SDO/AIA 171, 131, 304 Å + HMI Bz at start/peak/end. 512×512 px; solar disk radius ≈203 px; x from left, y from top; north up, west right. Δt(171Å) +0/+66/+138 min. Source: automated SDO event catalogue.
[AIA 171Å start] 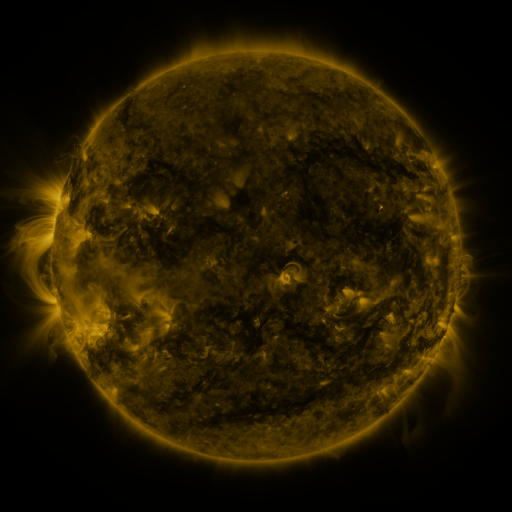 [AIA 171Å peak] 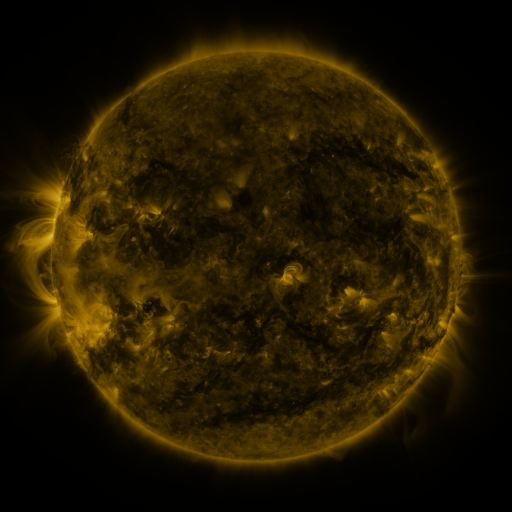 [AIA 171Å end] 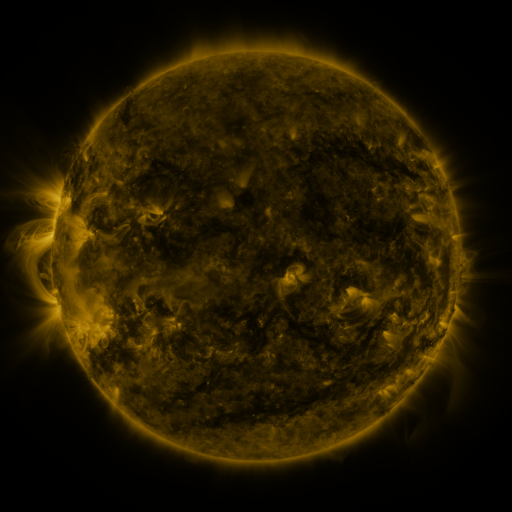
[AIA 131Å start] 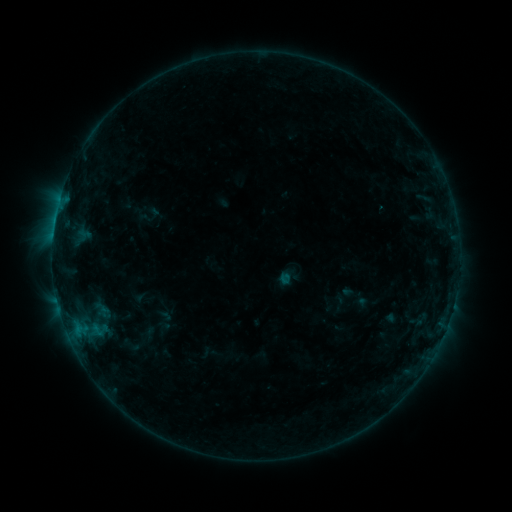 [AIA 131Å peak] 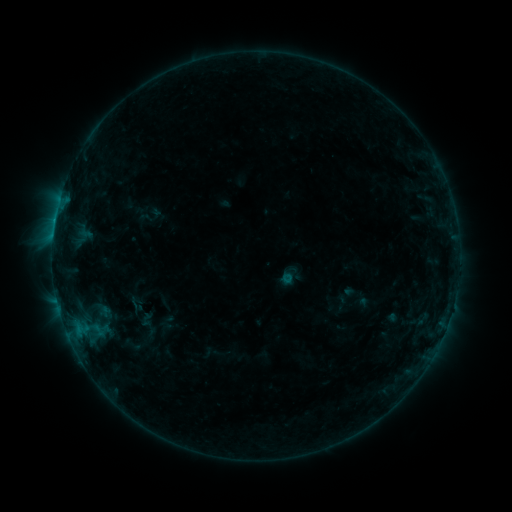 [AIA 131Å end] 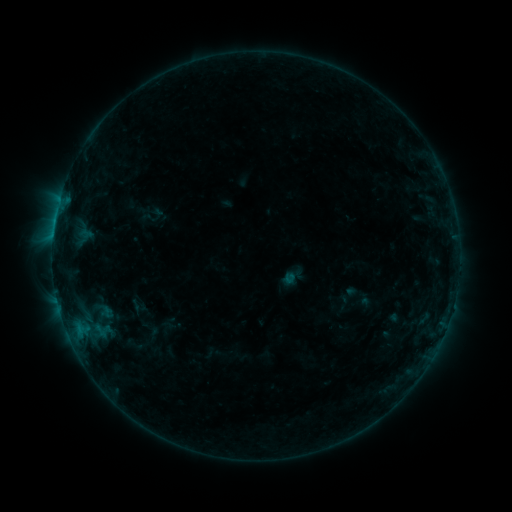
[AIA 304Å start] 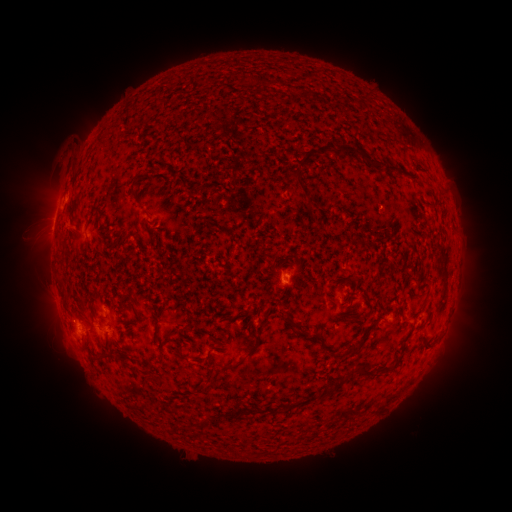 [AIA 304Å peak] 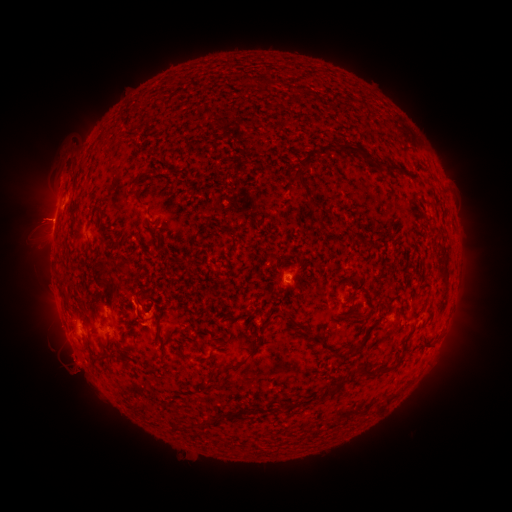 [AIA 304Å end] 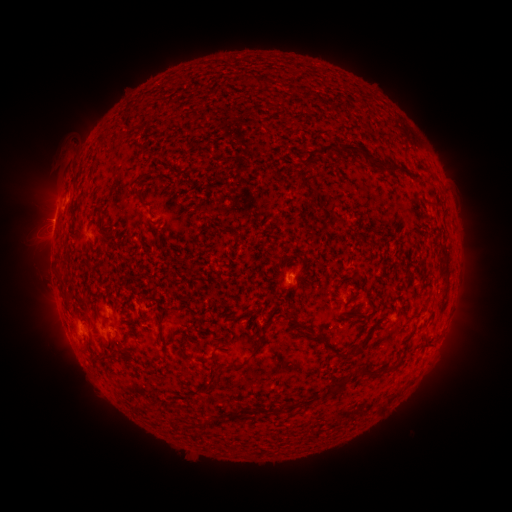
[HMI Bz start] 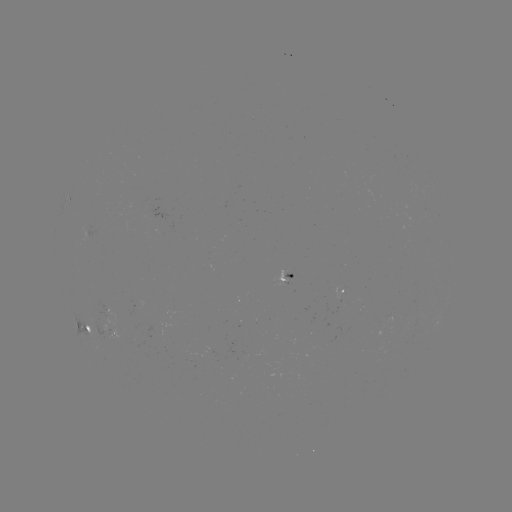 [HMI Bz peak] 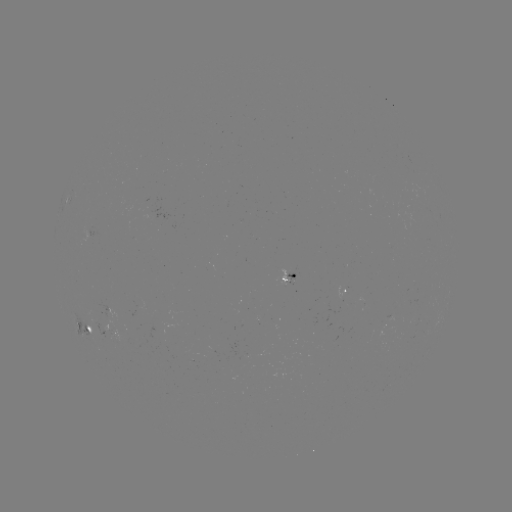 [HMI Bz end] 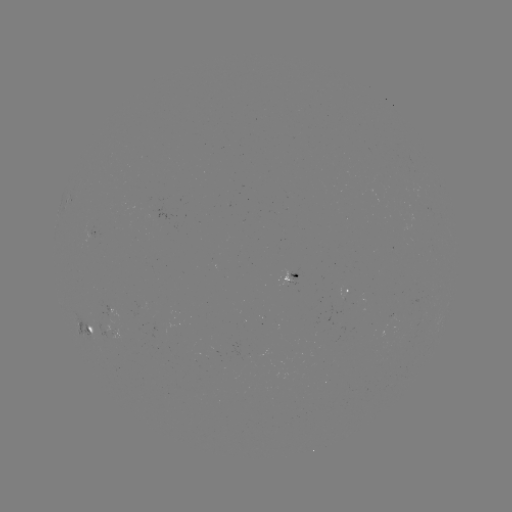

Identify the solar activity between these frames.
filament eruption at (135, 305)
